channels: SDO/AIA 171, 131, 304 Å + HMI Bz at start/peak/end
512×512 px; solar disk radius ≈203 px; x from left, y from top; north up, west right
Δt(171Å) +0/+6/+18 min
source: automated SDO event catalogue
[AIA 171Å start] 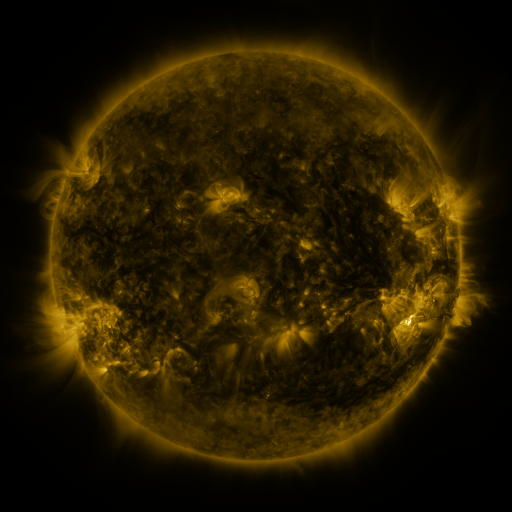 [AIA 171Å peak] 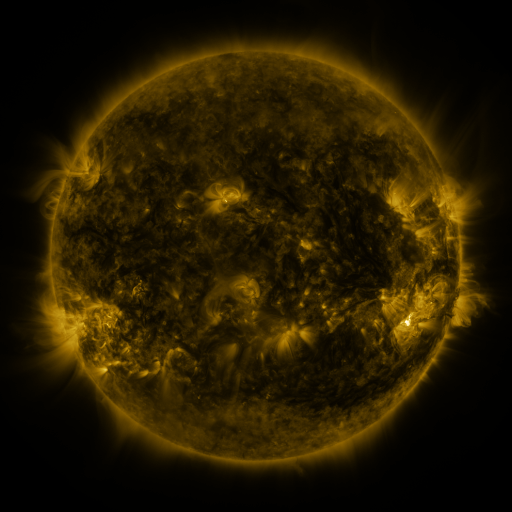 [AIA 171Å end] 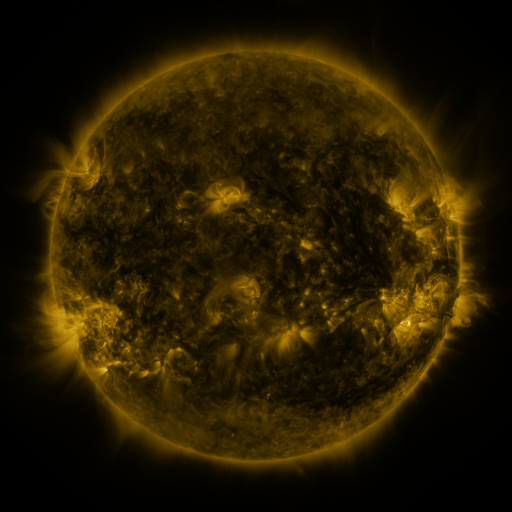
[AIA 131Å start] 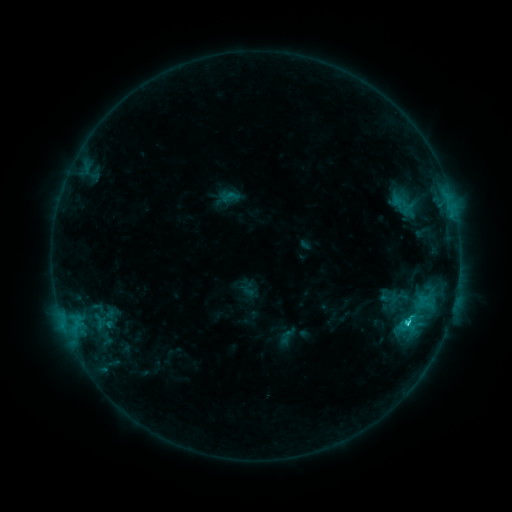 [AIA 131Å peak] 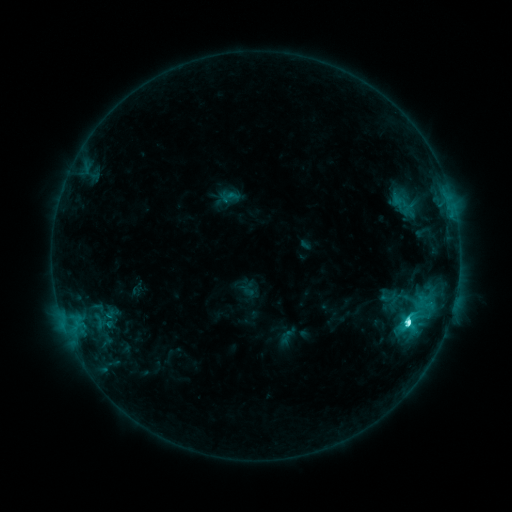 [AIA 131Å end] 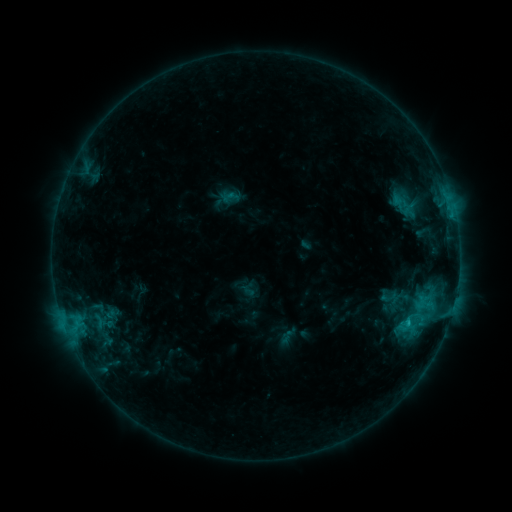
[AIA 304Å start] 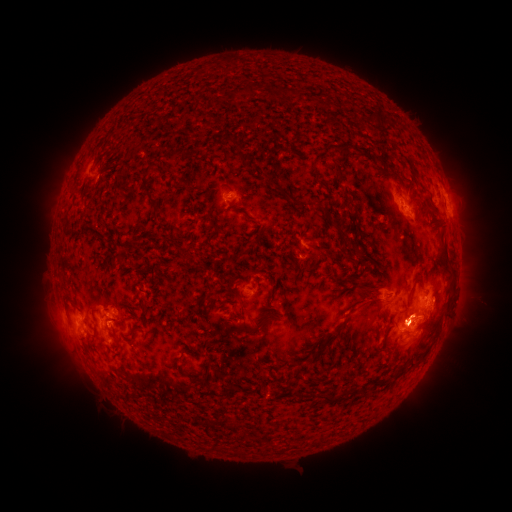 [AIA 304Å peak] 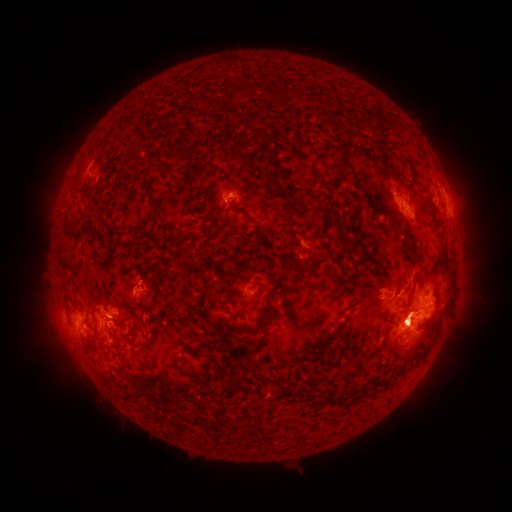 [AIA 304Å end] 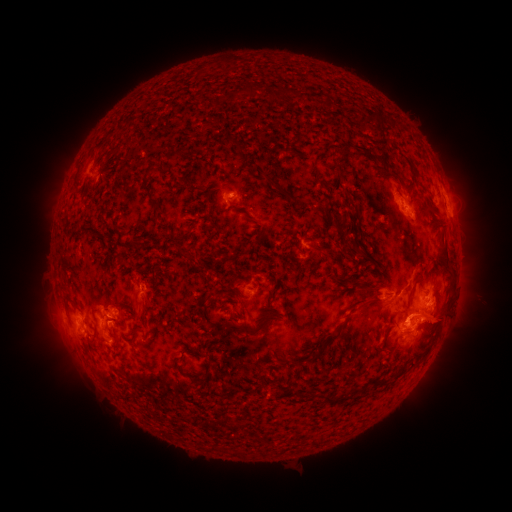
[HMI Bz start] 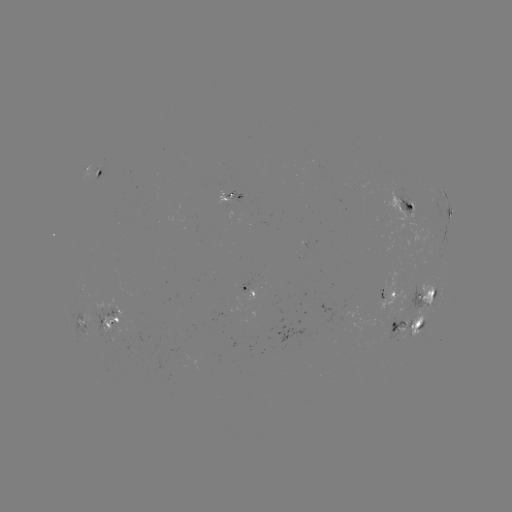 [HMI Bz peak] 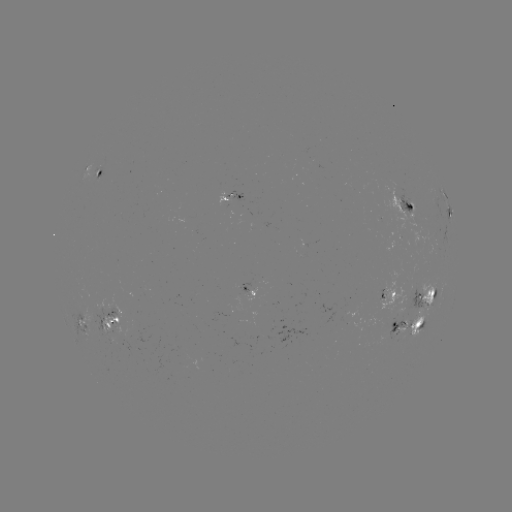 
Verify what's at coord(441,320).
eruption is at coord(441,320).